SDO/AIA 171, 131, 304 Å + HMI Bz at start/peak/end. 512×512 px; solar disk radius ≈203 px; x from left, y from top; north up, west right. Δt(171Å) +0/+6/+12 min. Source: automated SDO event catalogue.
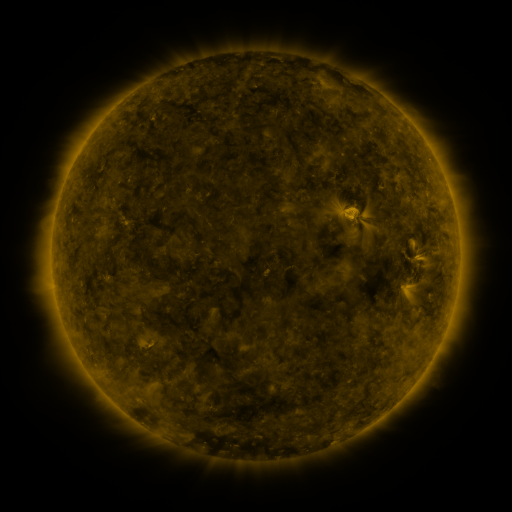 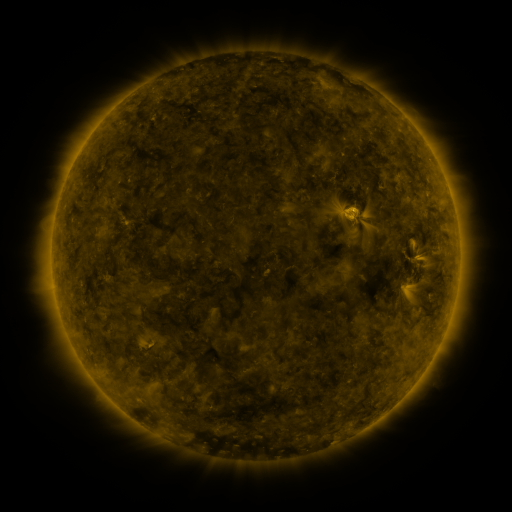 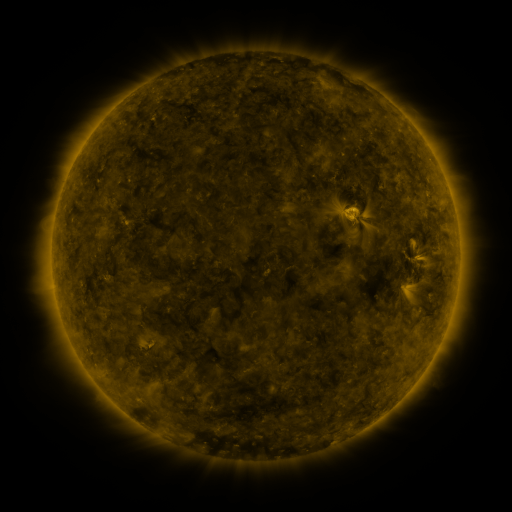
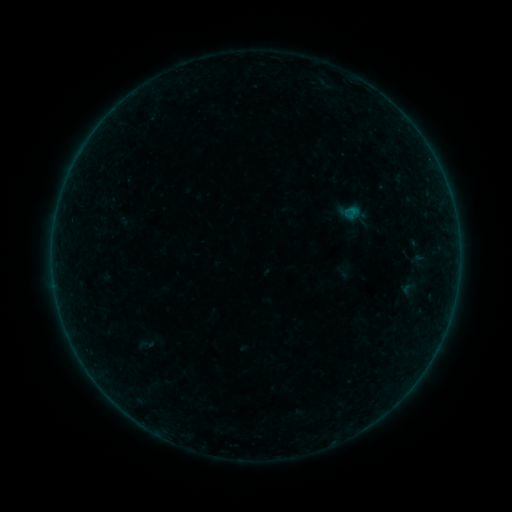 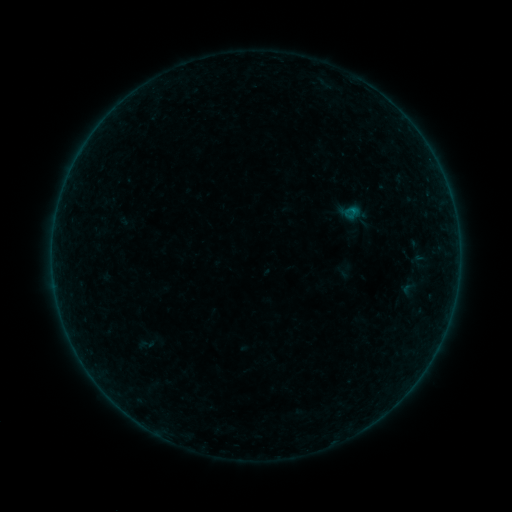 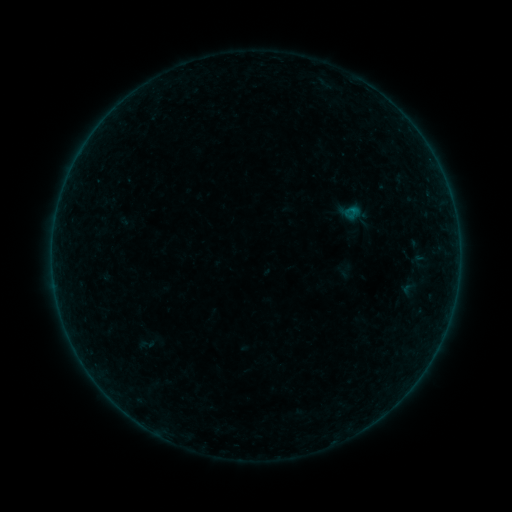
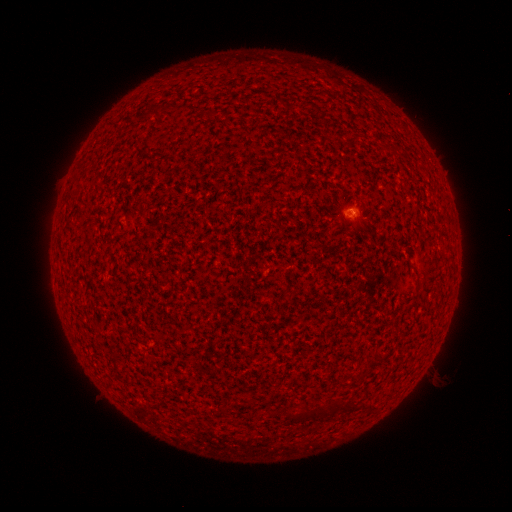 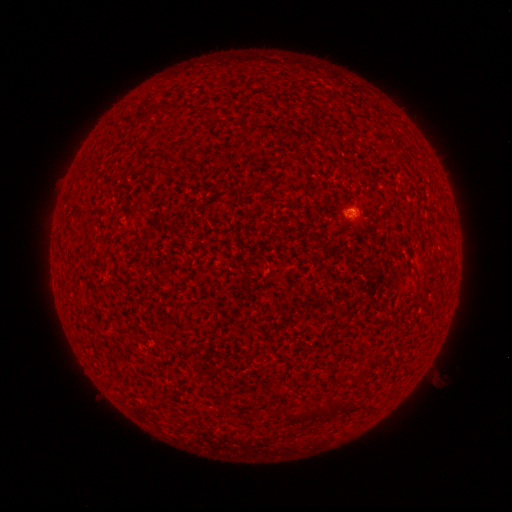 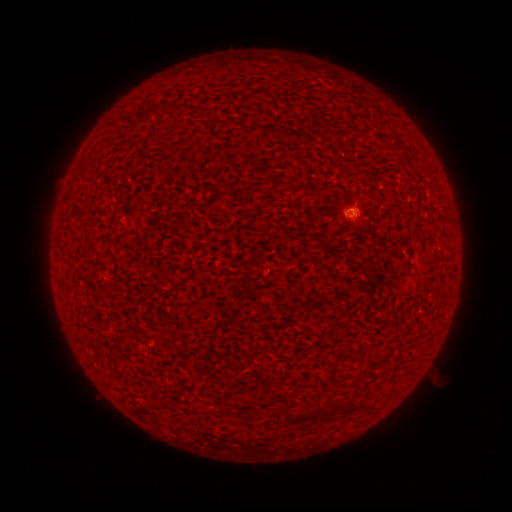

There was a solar flare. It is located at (353, 214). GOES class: A6.3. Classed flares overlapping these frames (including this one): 2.